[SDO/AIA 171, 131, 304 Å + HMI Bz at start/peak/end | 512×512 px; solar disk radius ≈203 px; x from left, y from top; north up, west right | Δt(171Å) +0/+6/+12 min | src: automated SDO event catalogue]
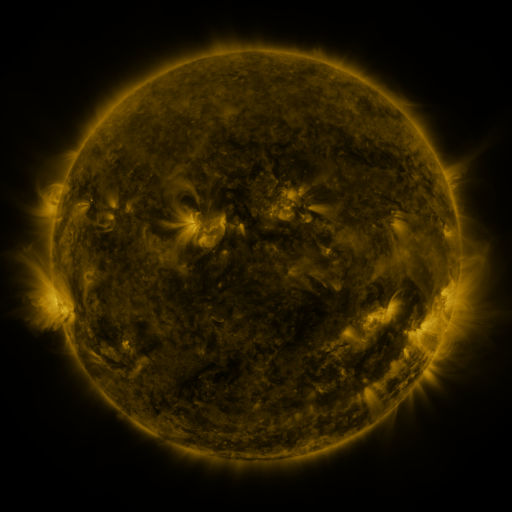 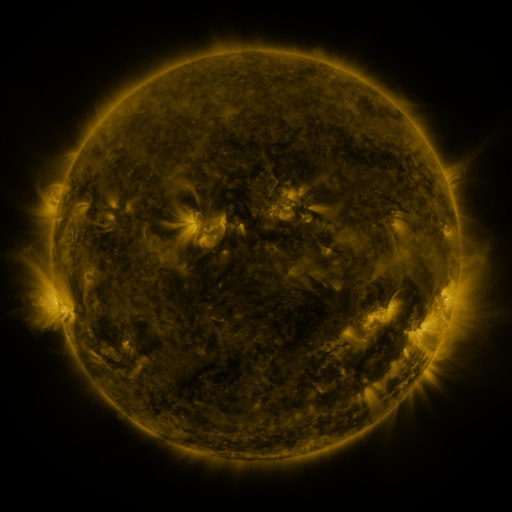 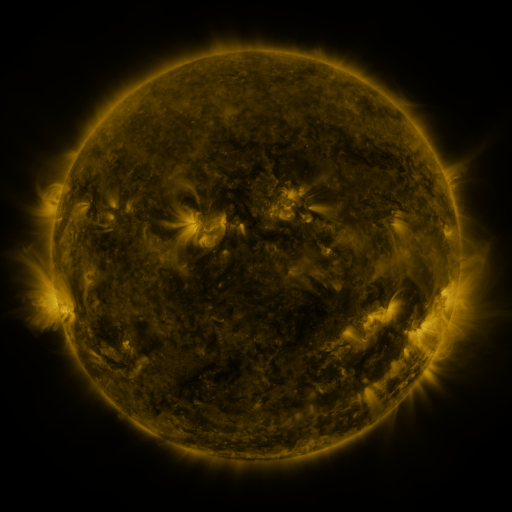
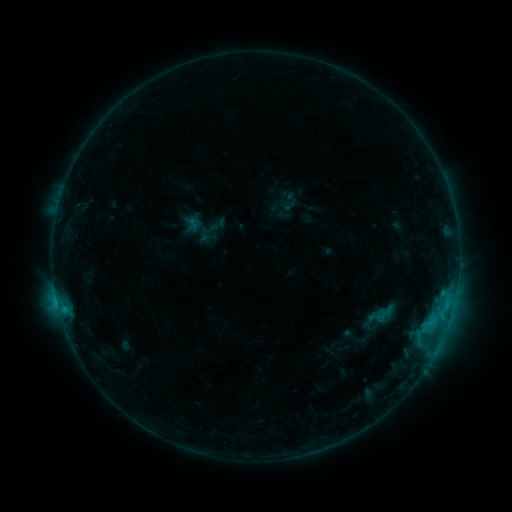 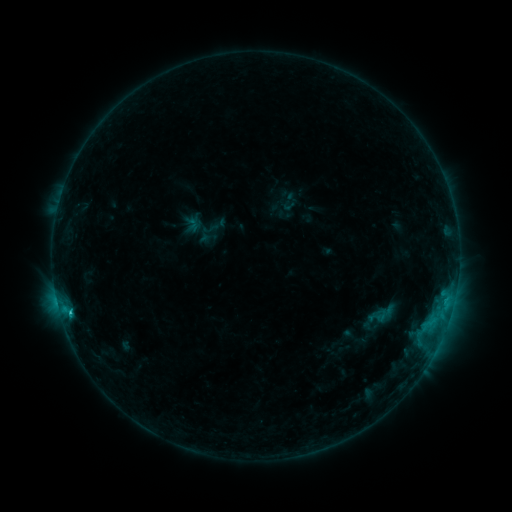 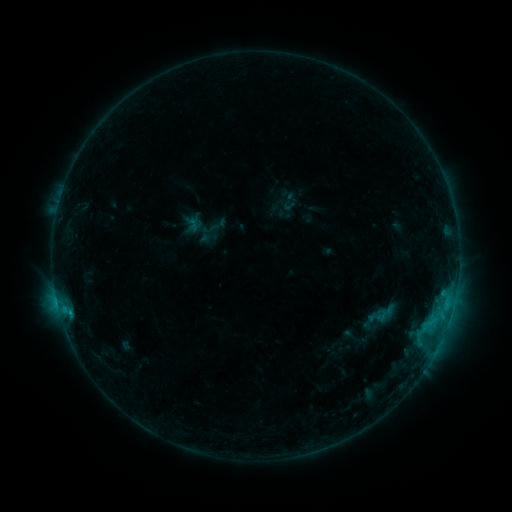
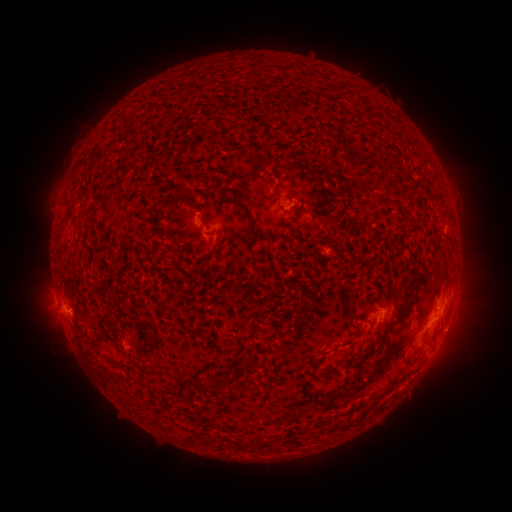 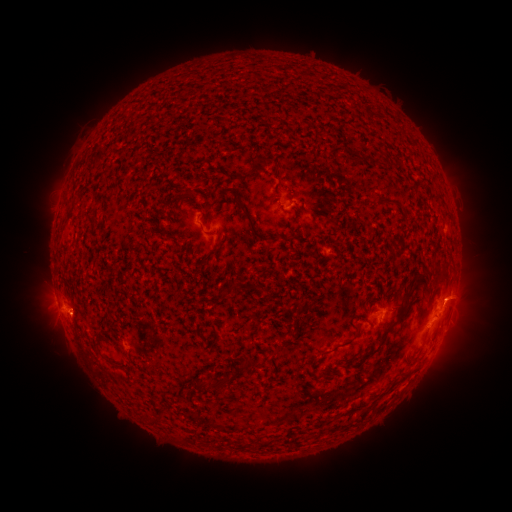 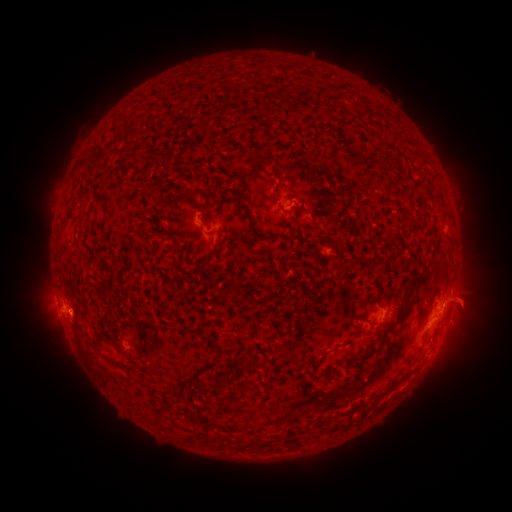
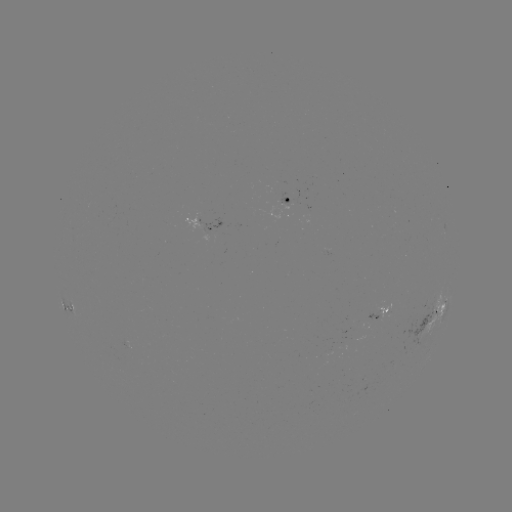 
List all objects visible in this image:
B9.3 flare: (70, 310)
